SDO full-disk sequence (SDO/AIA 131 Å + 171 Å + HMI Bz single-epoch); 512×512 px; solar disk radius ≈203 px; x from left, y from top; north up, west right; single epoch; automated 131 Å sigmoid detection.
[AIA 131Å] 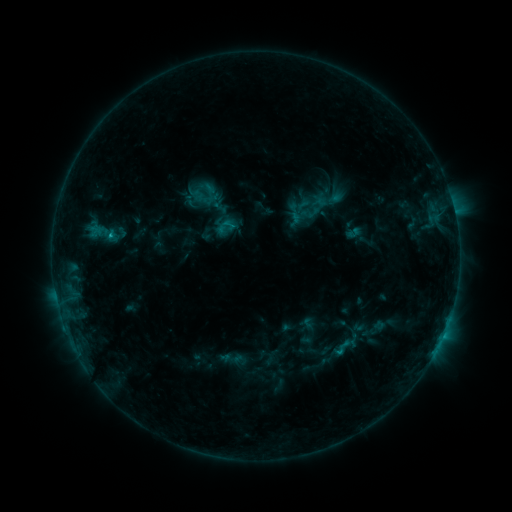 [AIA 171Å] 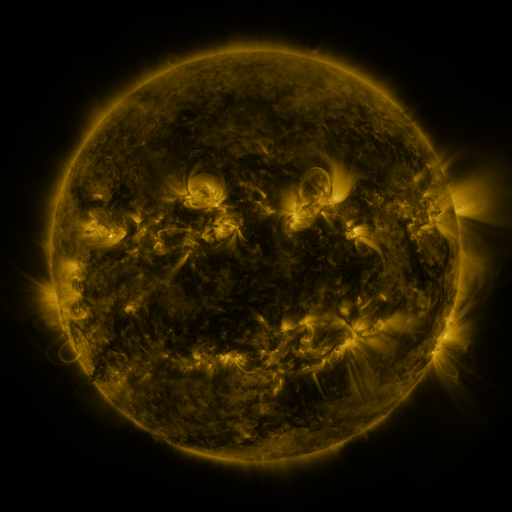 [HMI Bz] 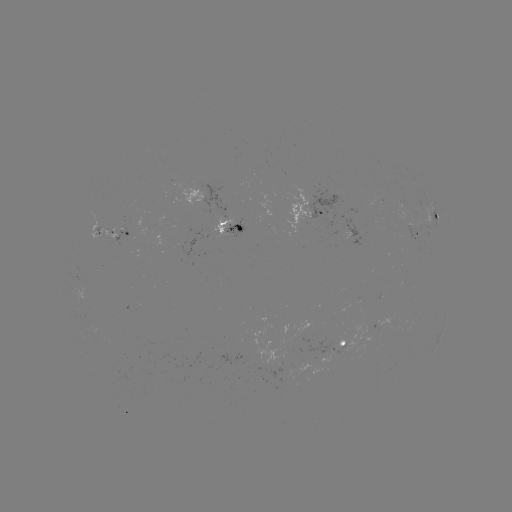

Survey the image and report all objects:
sigmoid: (226, 228)
